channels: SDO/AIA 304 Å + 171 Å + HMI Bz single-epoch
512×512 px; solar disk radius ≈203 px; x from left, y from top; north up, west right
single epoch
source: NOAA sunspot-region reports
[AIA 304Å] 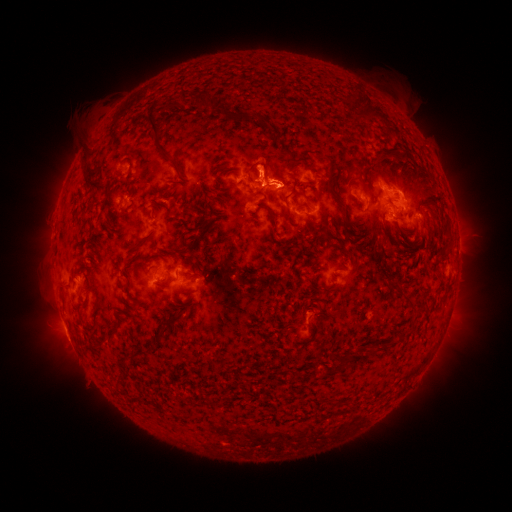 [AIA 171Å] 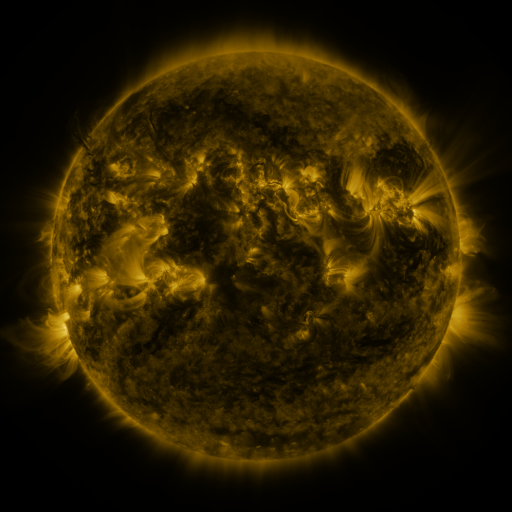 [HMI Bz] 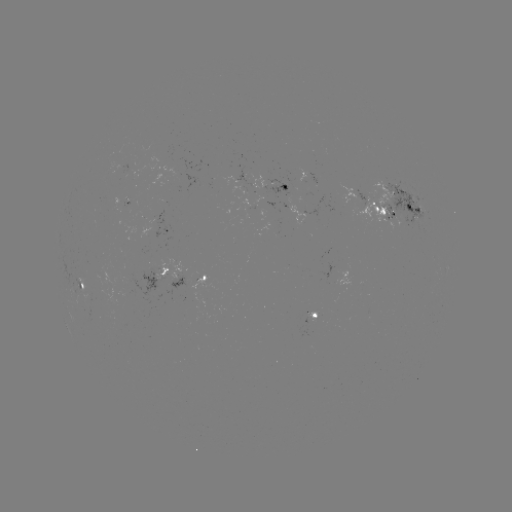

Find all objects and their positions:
spotted active region: (276, 187)
spotted active region: (397, 210)
spotted active region: (301, 214)
spotted active region: (166, 229)
spotted active region: (161, 275)
spotted active region: (183, 282)
spotted active region: (81, 283)
spotted active region: (315, 317)
